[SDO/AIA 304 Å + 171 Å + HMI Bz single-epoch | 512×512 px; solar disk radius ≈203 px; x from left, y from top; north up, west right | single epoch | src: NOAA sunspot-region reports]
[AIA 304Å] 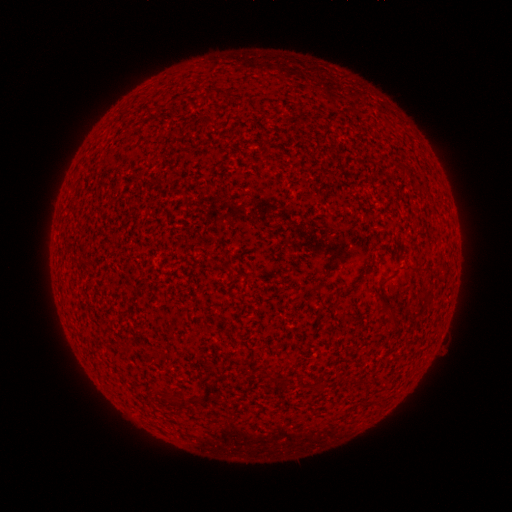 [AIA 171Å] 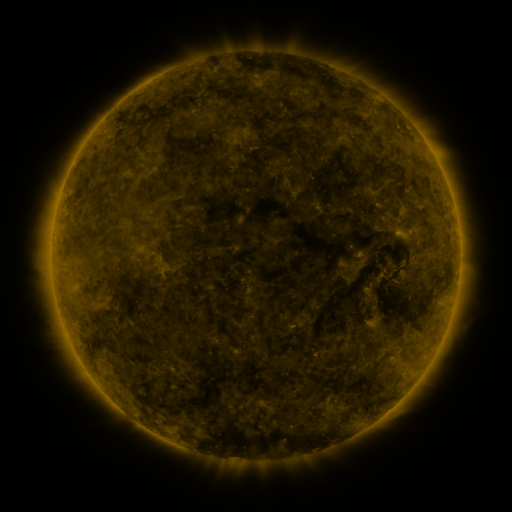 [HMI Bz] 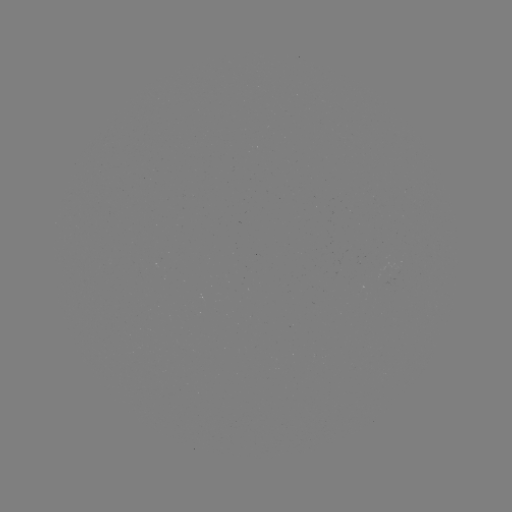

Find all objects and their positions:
(none)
